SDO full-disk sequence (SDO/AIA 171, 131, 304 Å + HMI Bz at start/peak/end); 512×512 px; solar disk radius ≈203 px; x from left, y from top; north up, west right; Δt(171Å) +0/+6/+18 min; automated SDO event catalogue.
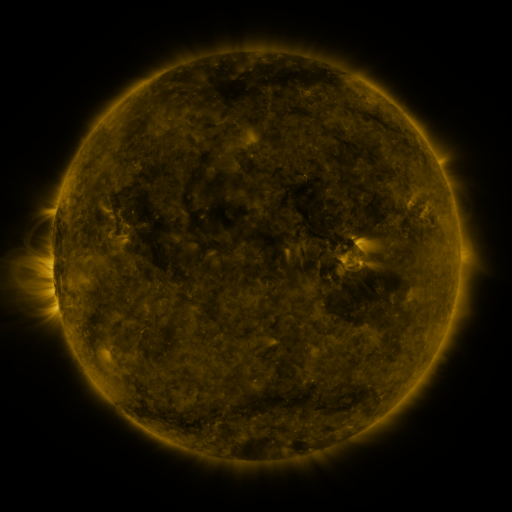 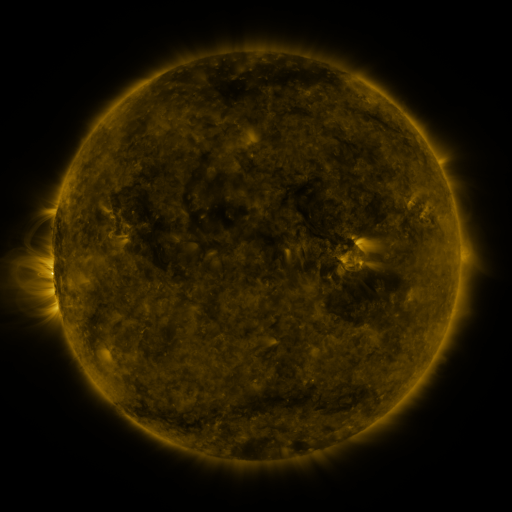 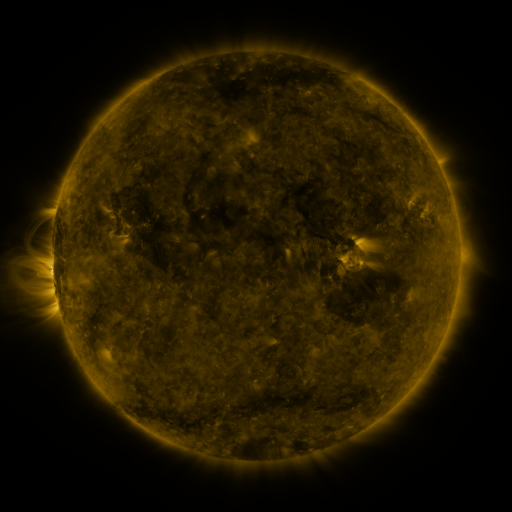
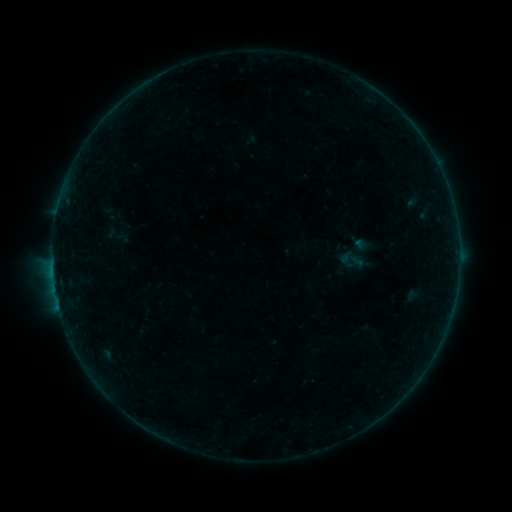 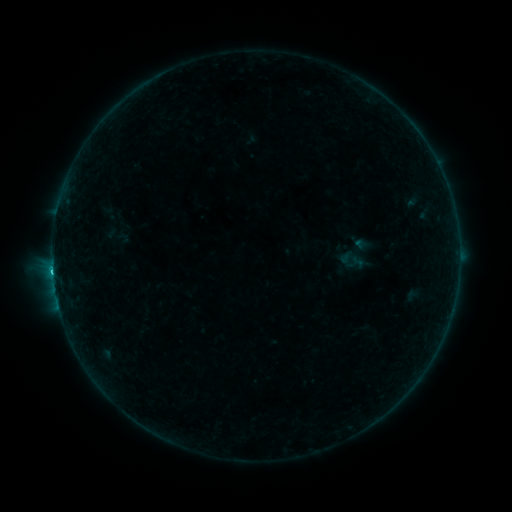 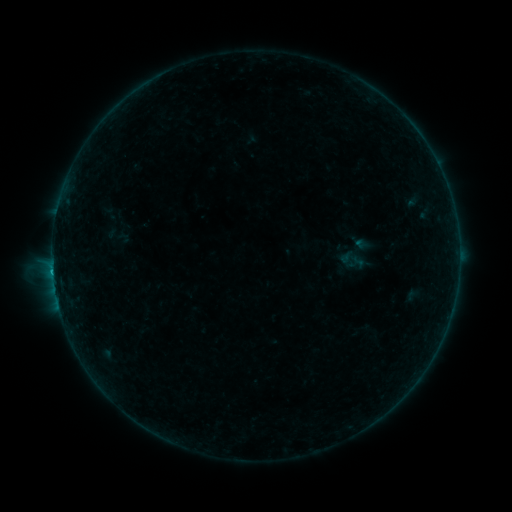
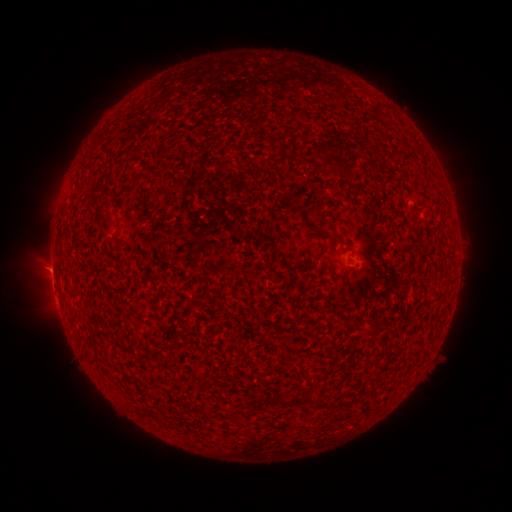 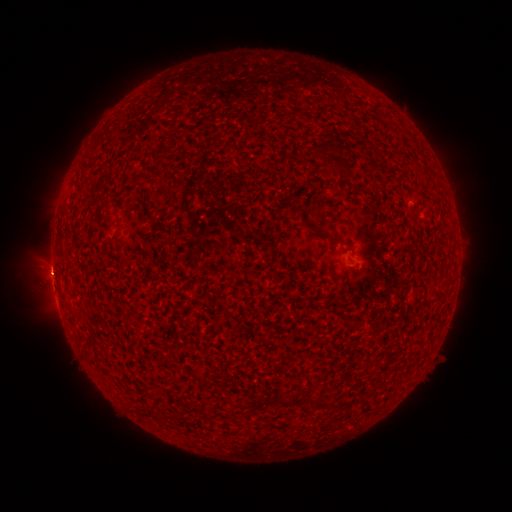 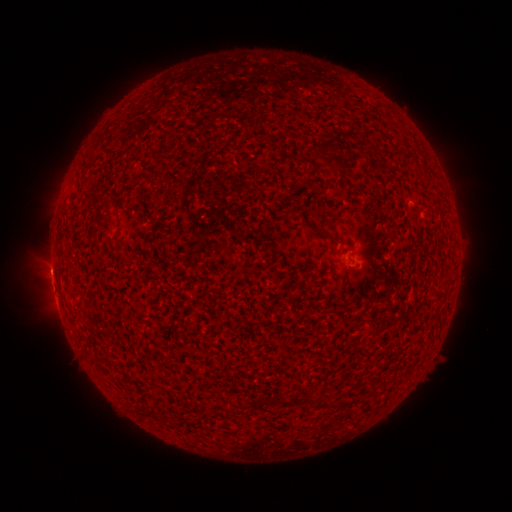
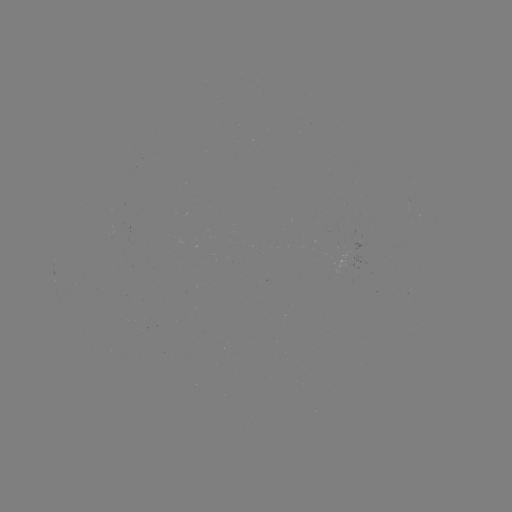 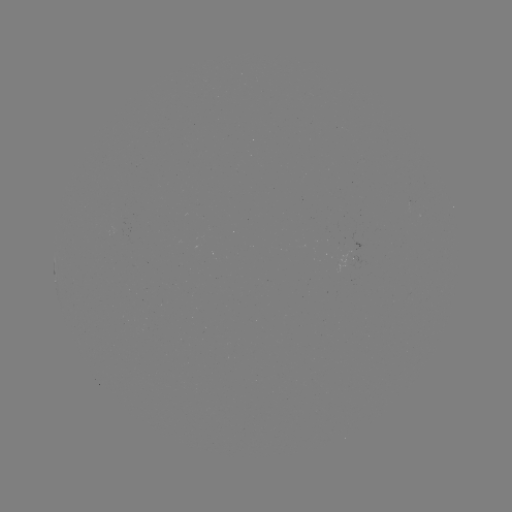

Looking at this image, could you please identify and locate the B7.9 flare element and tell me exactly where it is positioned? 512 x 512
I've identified B7.9 flare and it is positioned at [53, 270].